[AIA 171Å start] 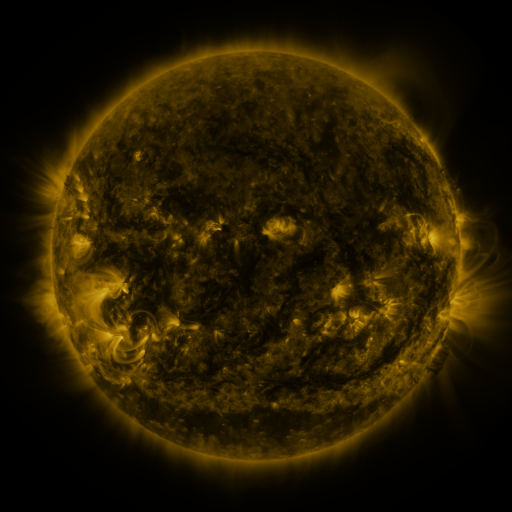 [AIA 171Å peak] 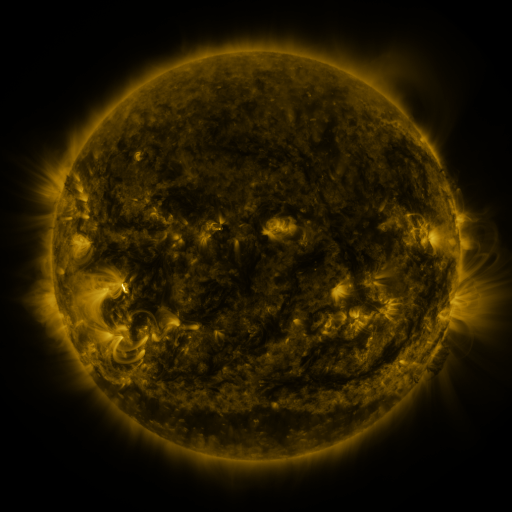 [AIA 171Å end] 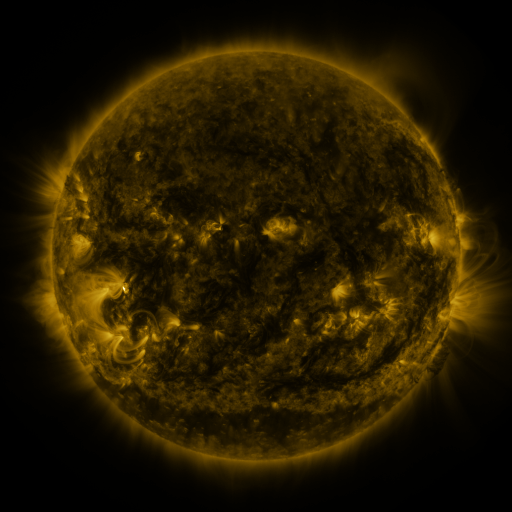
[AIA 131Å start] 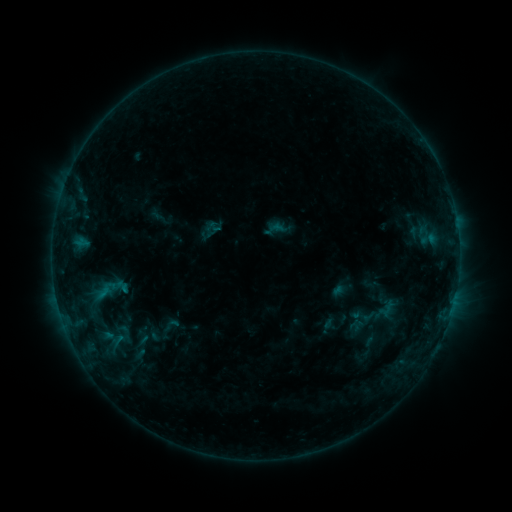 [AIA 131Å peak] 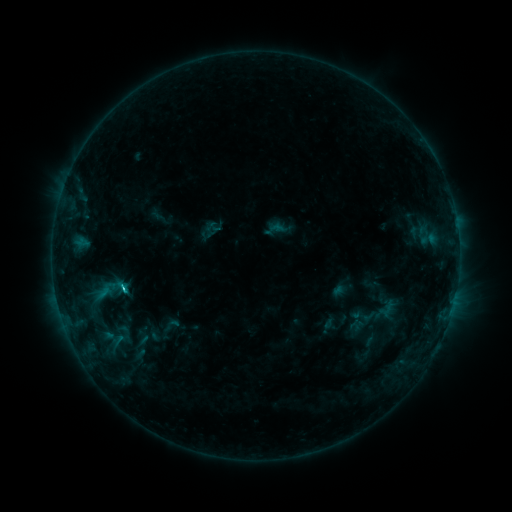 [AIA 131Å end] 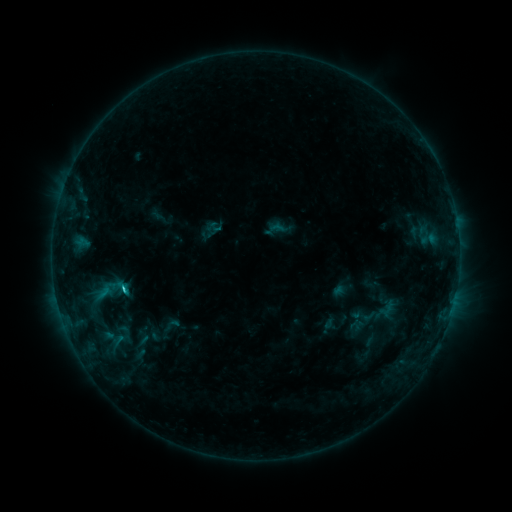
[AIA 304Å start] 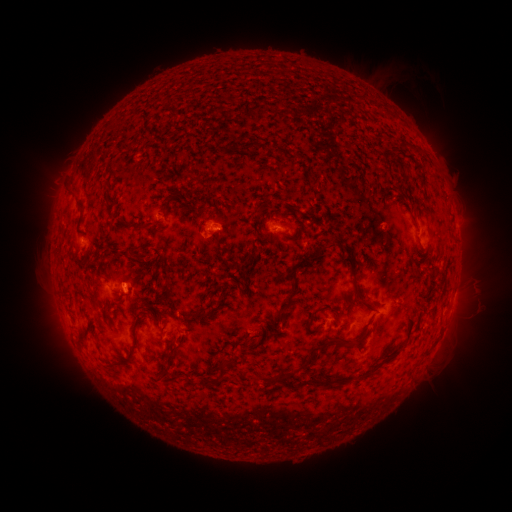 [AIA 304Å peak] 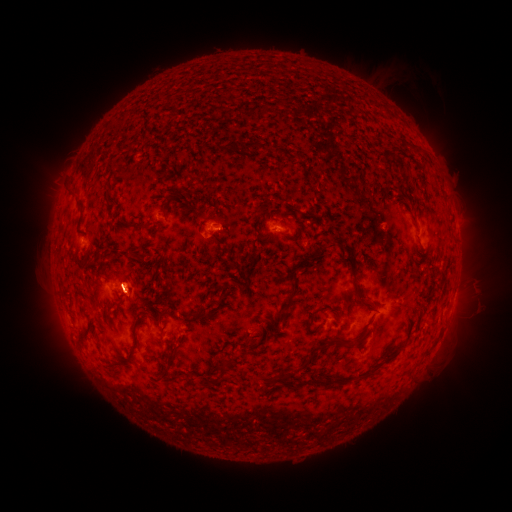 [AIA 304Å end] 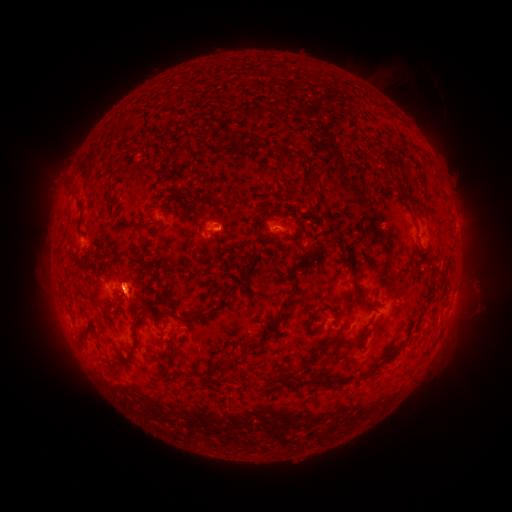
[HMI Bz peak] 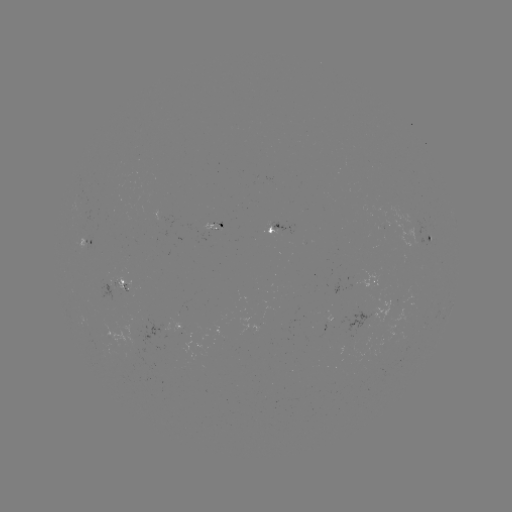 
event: flare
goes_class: C2.3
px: (125, 285)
